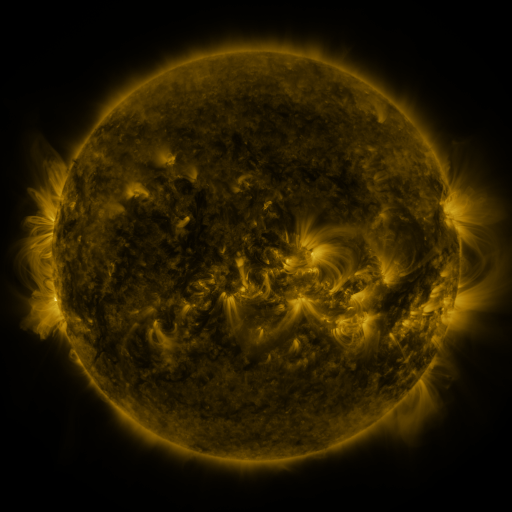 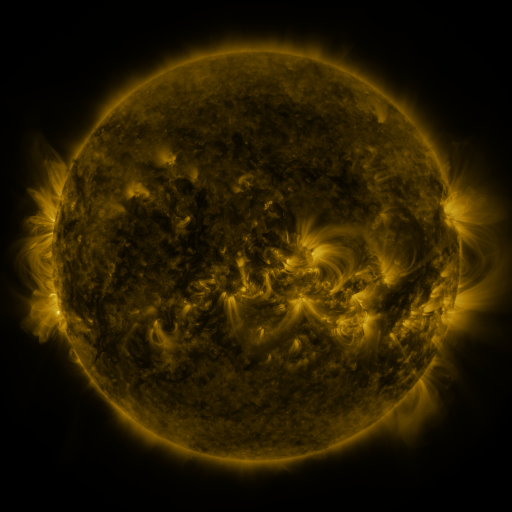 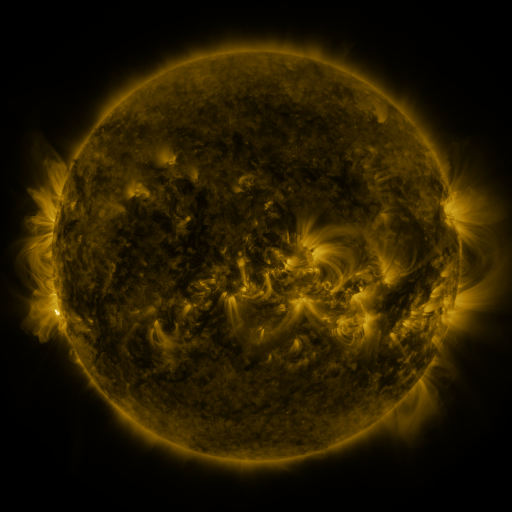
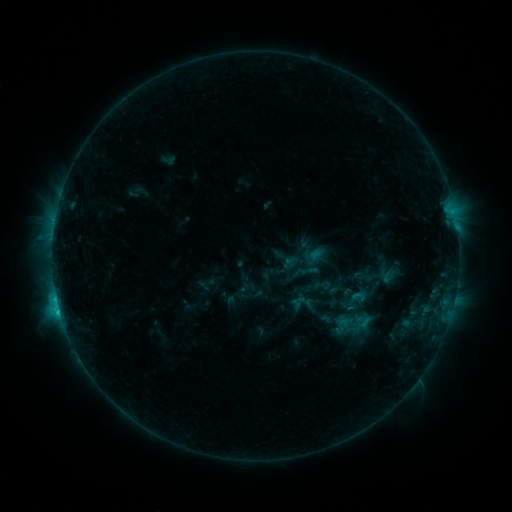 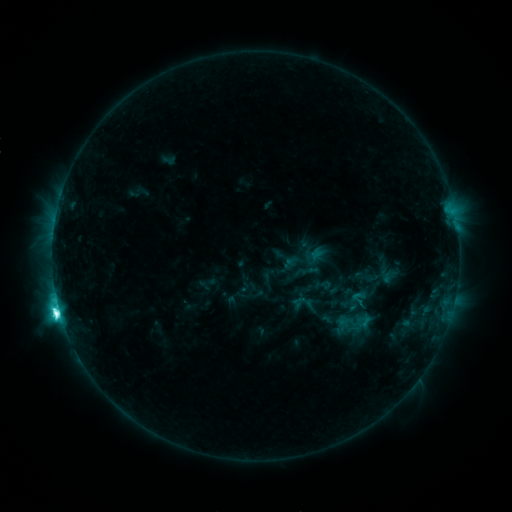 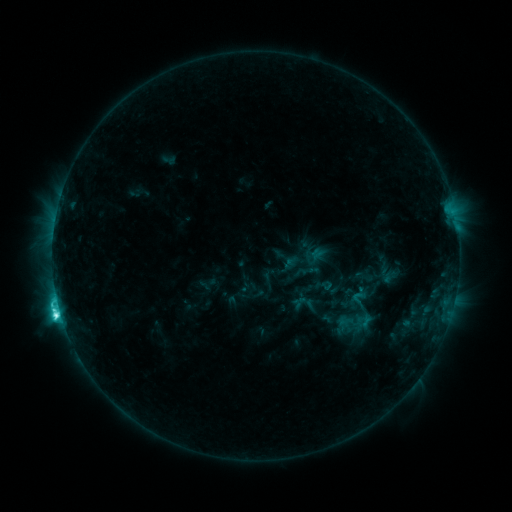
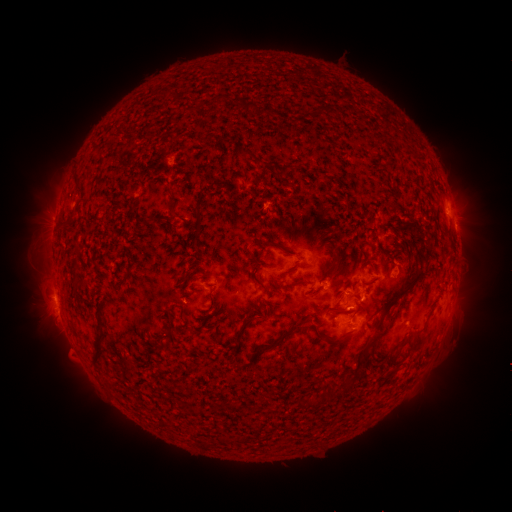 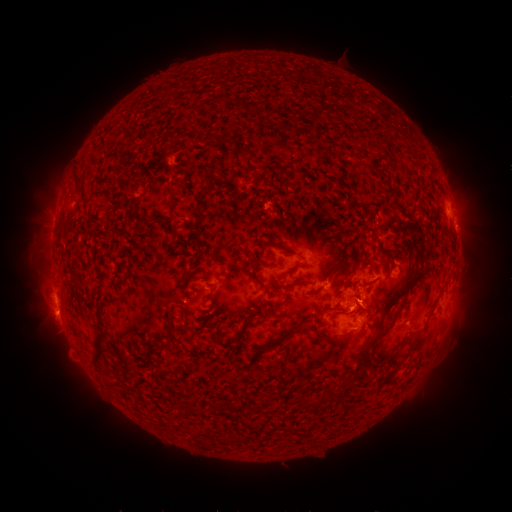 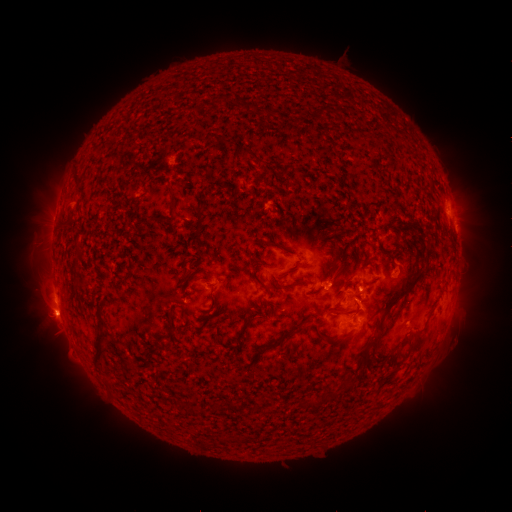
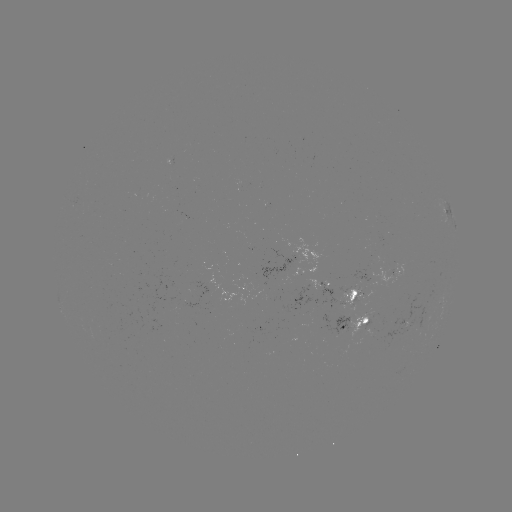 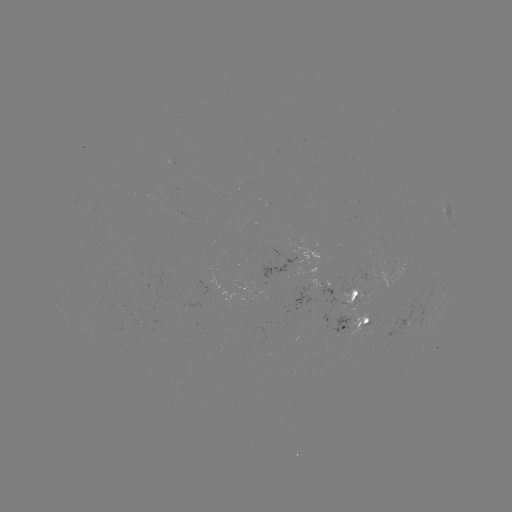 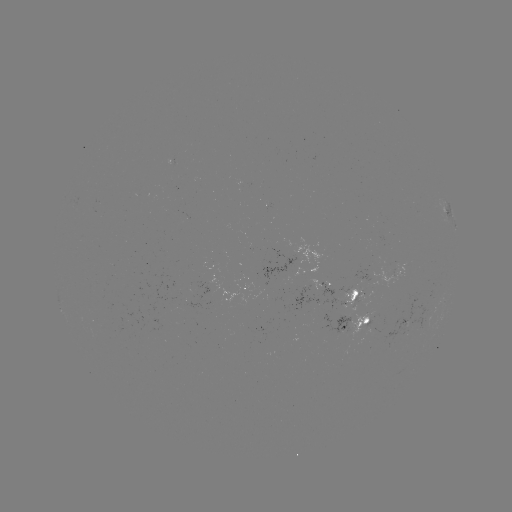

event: flare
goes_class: M1.0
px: (60, 311)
